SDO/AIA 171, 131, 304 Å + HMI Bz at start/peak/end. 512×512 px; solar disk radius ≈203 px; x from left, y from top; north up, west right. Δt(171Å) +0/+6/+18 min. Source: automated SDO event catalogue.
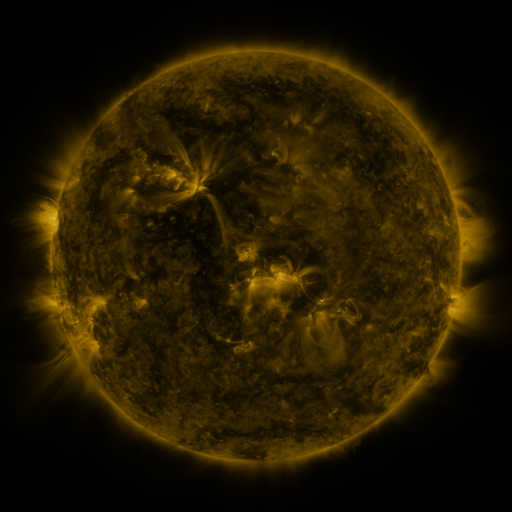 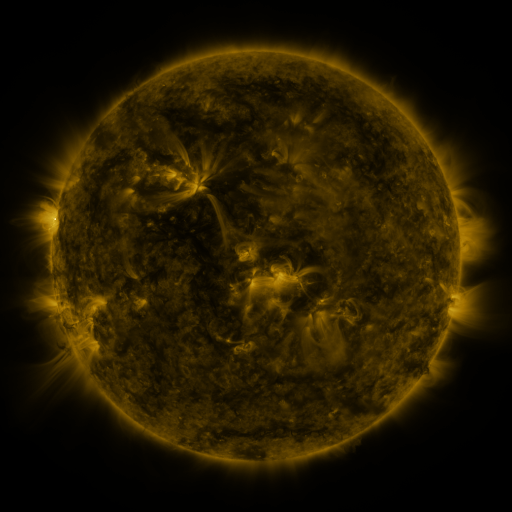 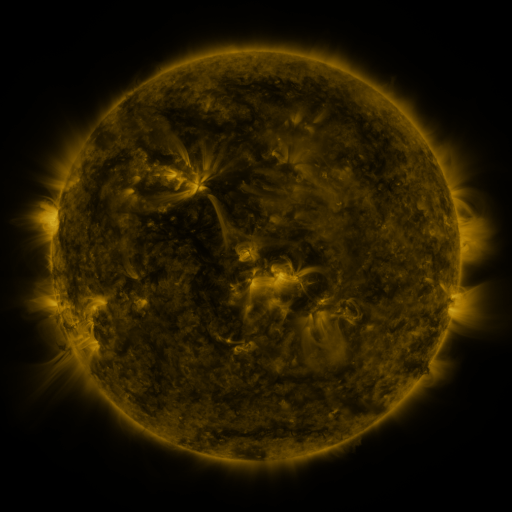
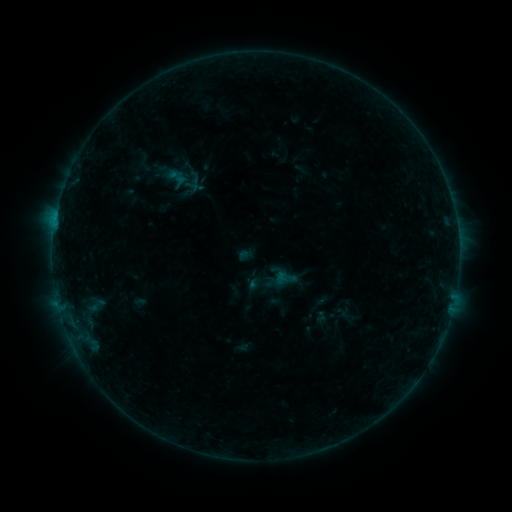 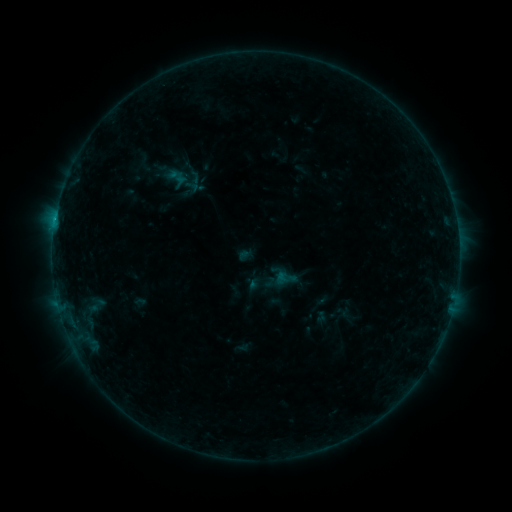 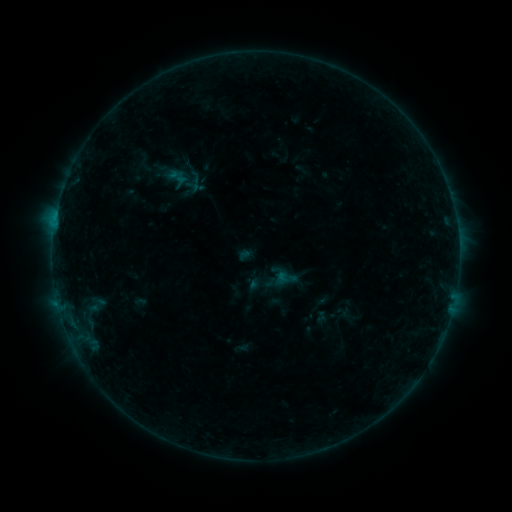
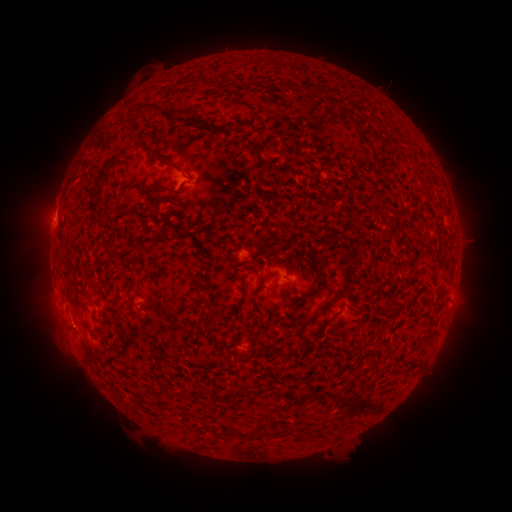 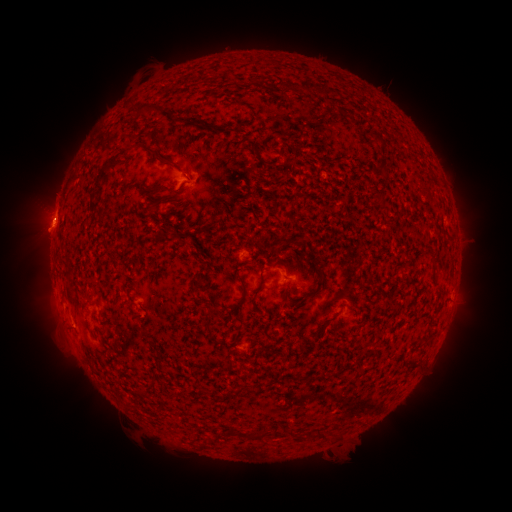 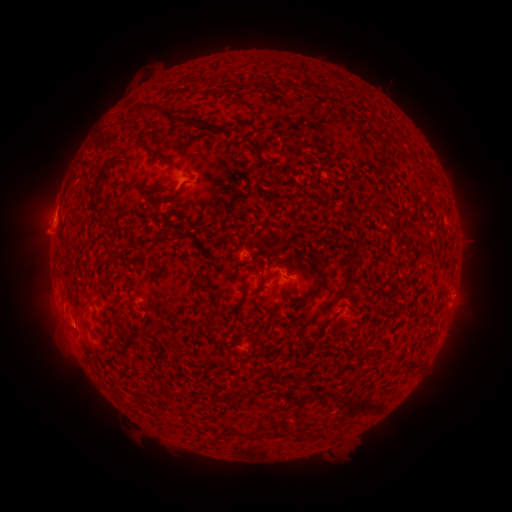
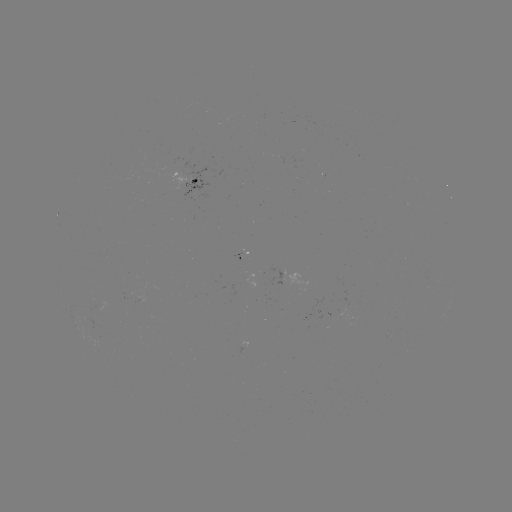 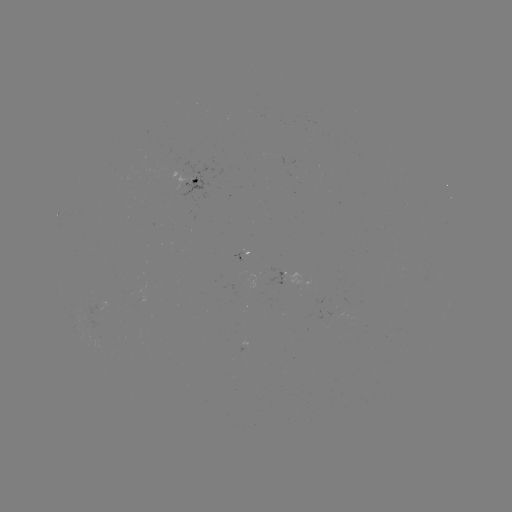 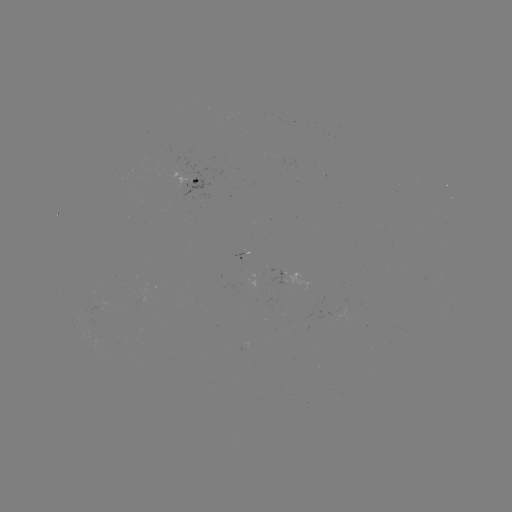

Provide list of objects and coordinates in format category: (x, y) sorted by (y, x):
B2.6 flare: (55, 223)
